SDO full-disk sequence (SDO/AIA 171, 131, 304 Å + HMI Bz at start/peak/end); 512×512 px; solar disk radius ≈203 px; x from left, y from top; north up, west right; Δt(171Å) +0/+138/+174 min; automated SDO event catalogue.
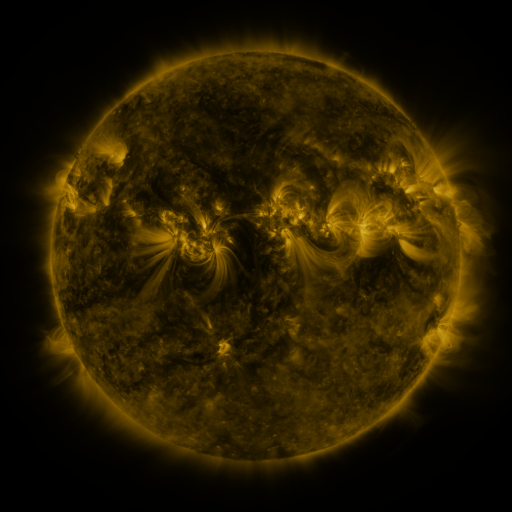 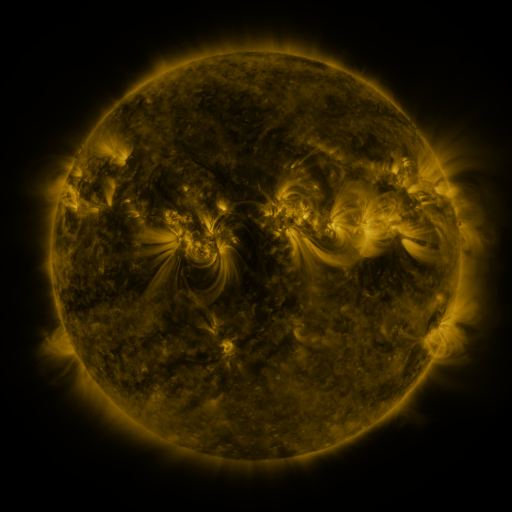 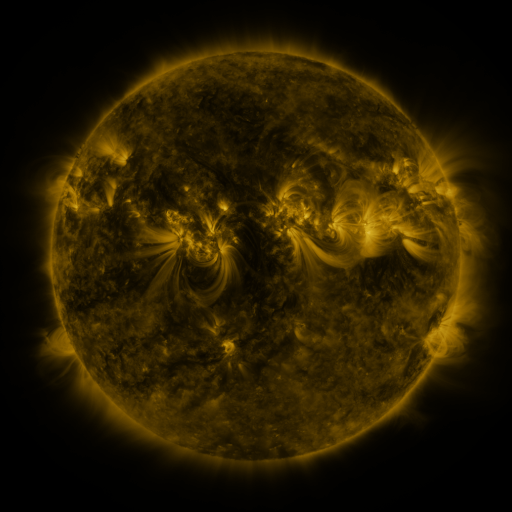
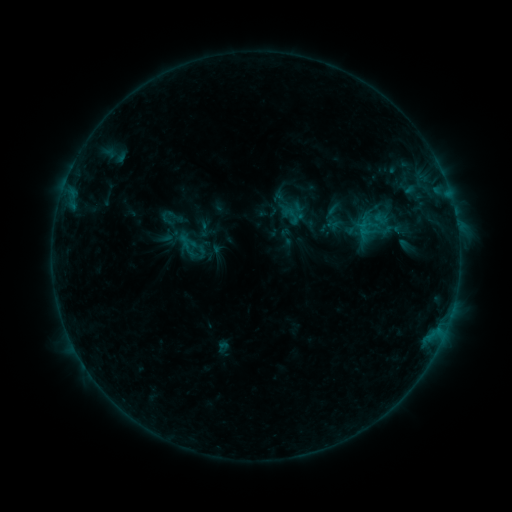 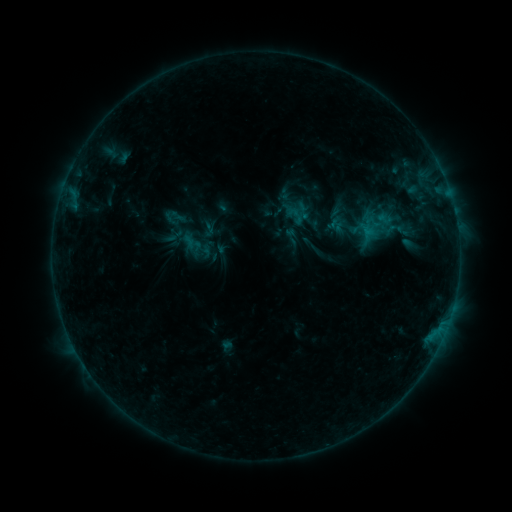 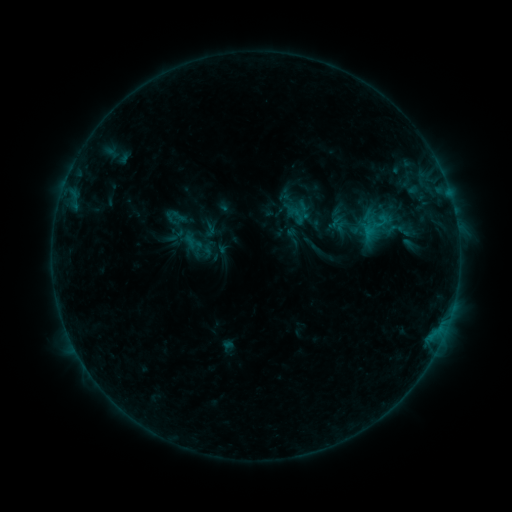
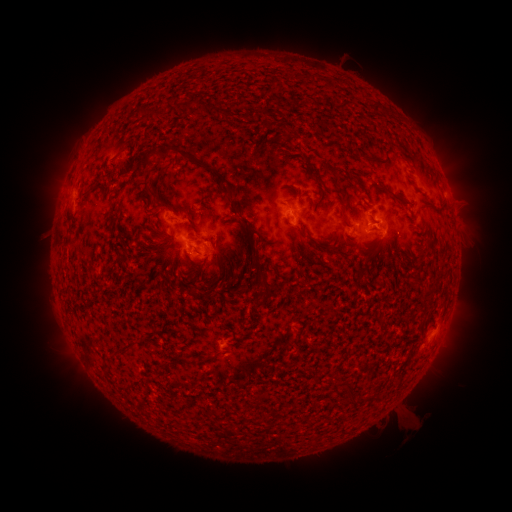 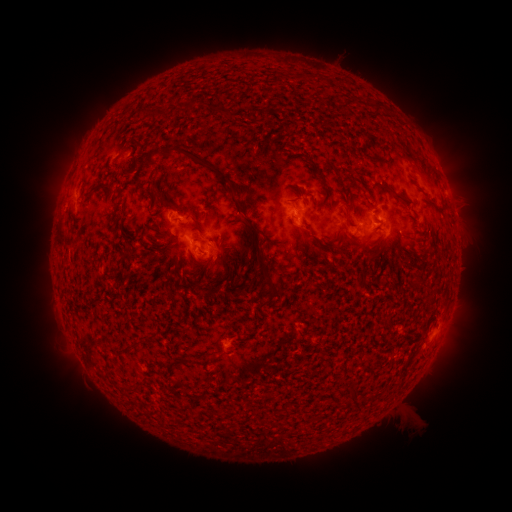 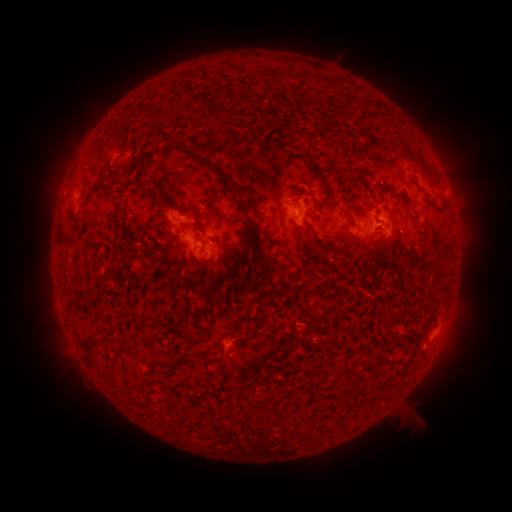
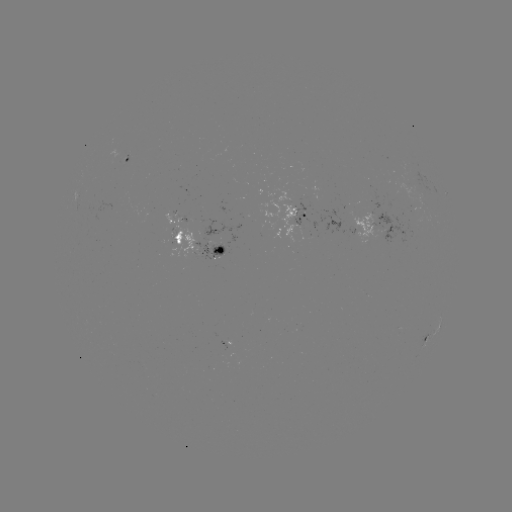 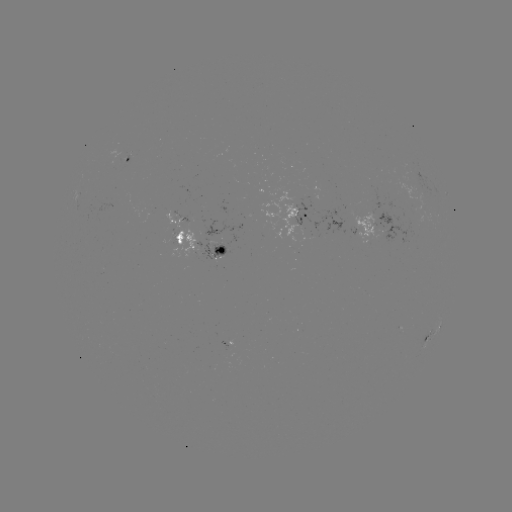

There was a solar emerging-flux region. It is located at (401, 198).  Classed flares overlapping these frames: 1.